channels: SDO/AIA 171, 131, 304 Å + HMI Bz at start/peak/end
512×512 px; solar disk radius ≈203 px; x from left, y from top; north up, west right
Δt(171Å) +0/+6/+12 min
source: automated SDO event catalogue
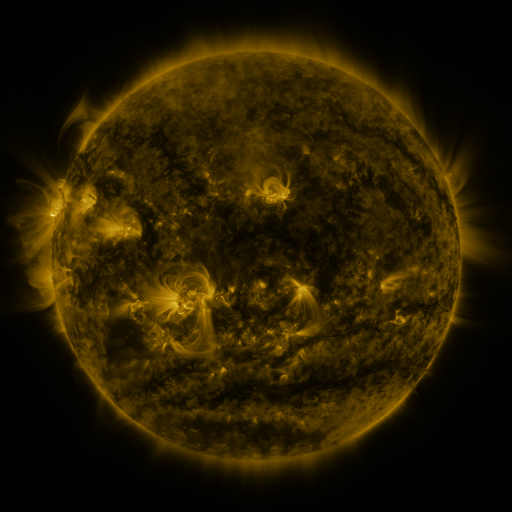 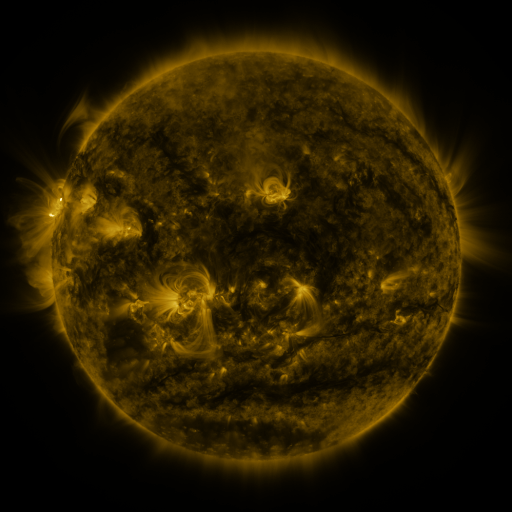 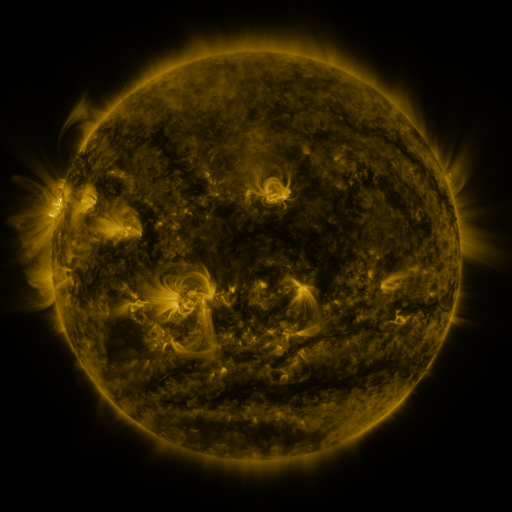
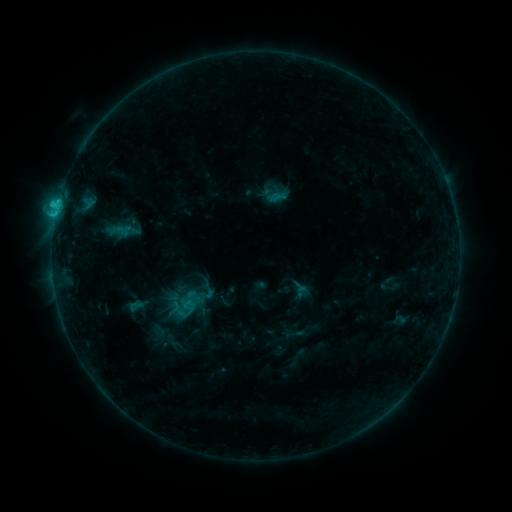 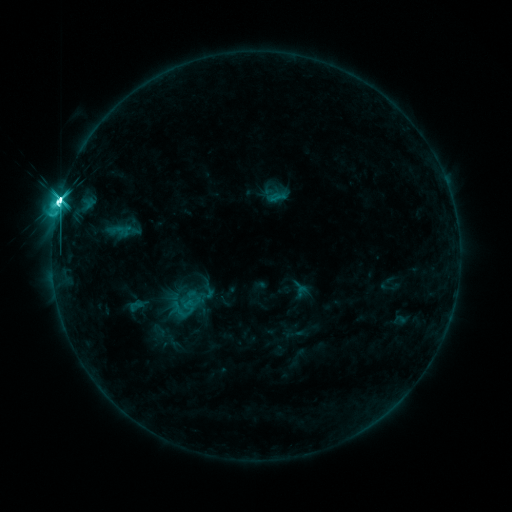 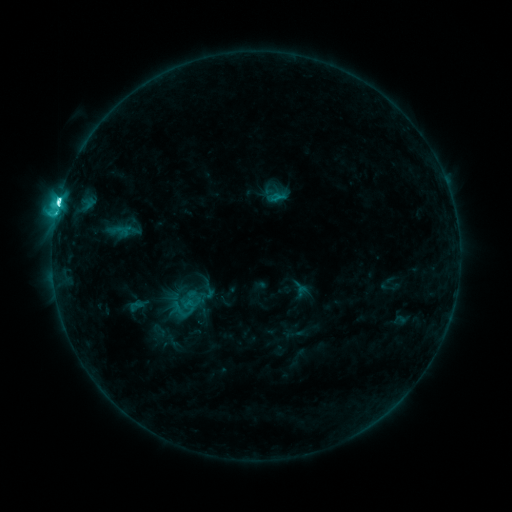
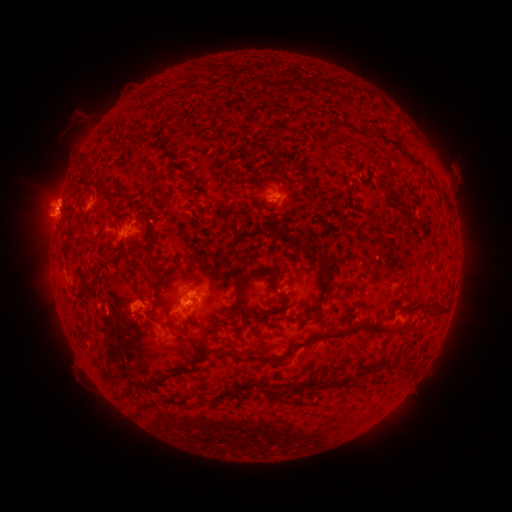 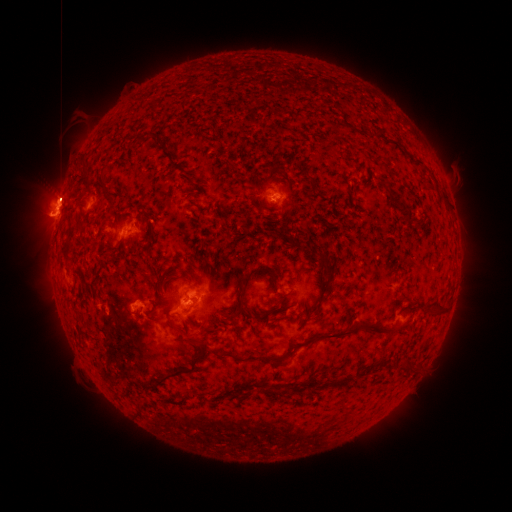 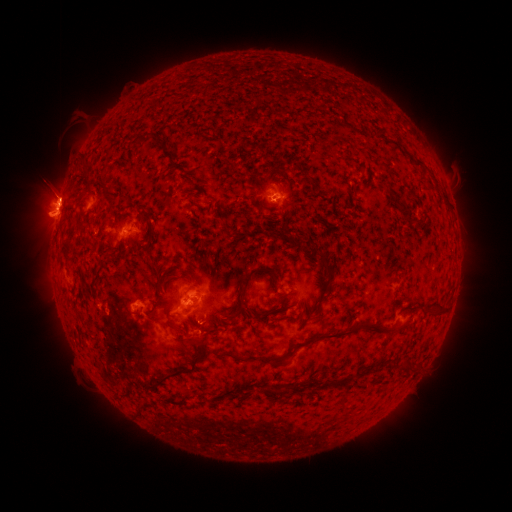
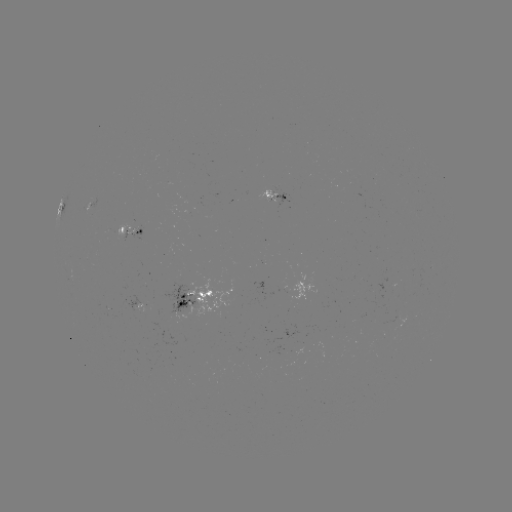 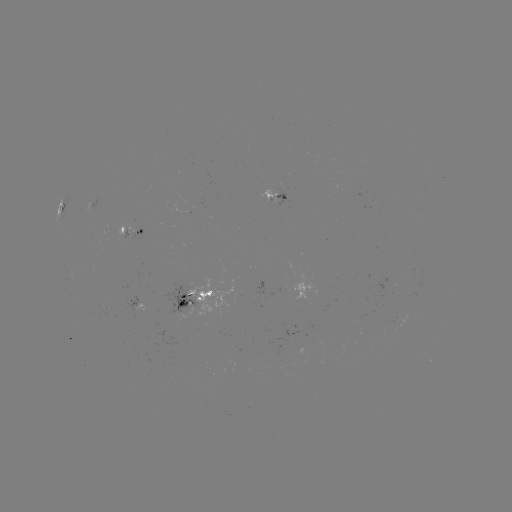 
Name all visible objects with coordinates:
M1.9 flare: (61, 204)
